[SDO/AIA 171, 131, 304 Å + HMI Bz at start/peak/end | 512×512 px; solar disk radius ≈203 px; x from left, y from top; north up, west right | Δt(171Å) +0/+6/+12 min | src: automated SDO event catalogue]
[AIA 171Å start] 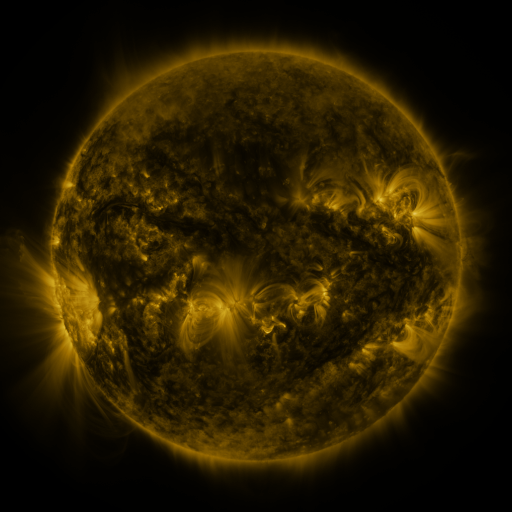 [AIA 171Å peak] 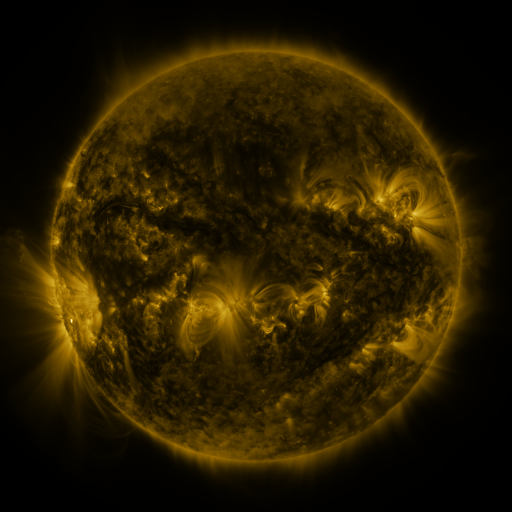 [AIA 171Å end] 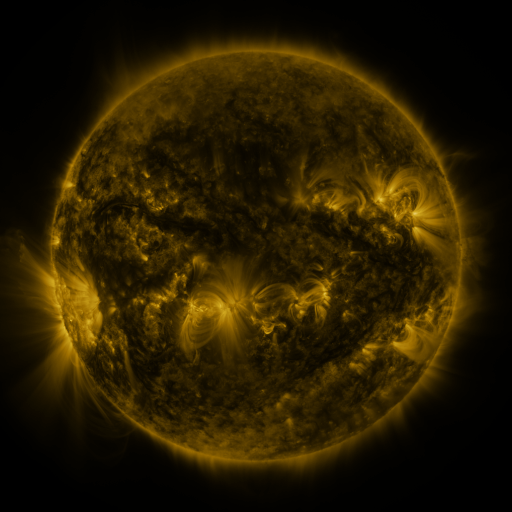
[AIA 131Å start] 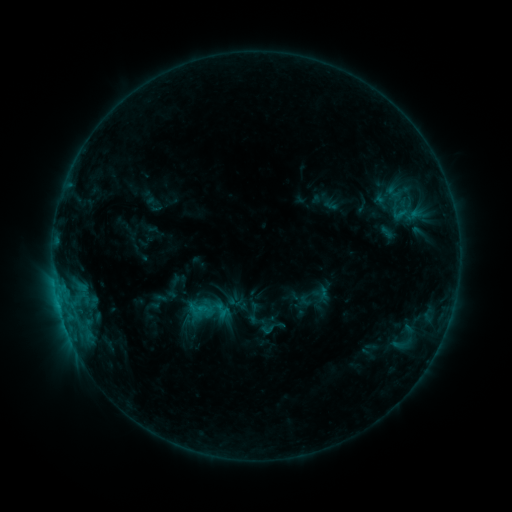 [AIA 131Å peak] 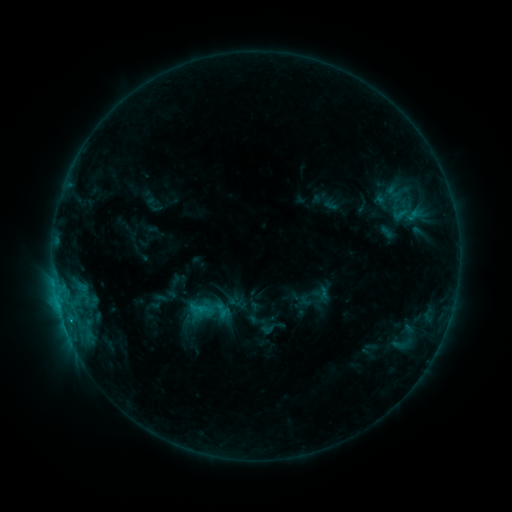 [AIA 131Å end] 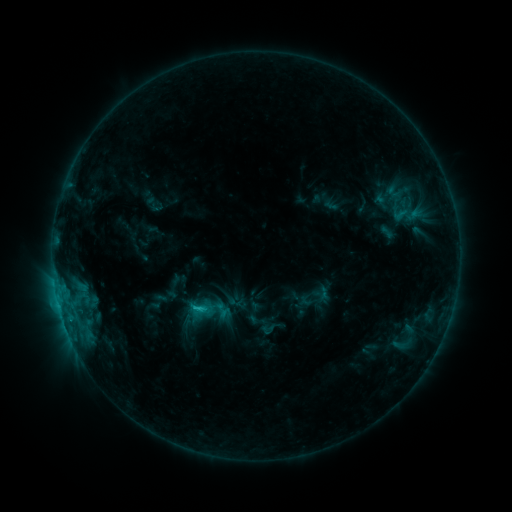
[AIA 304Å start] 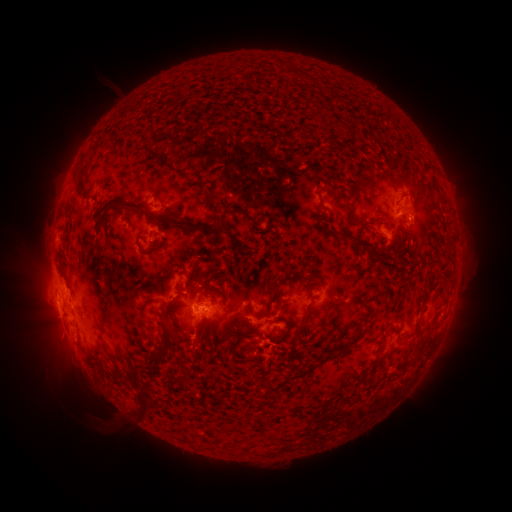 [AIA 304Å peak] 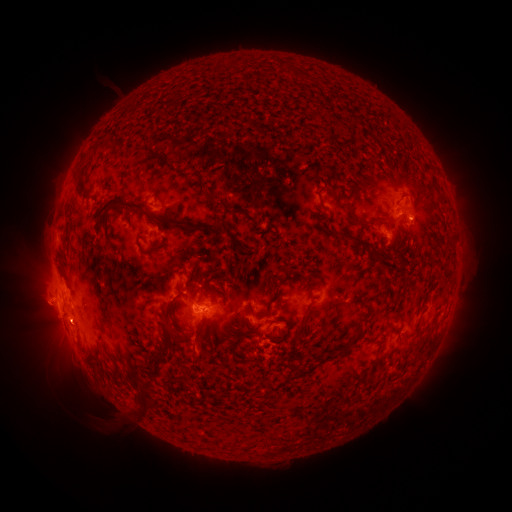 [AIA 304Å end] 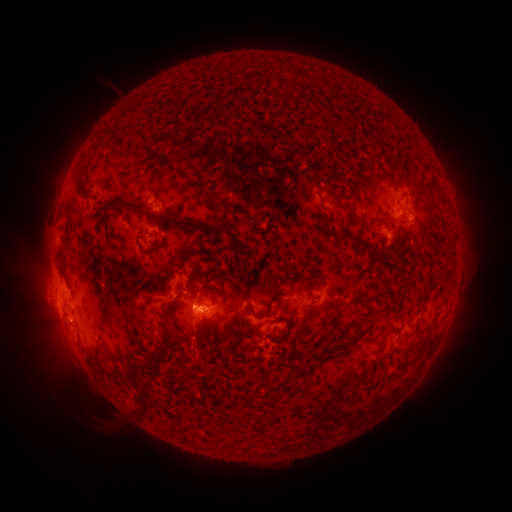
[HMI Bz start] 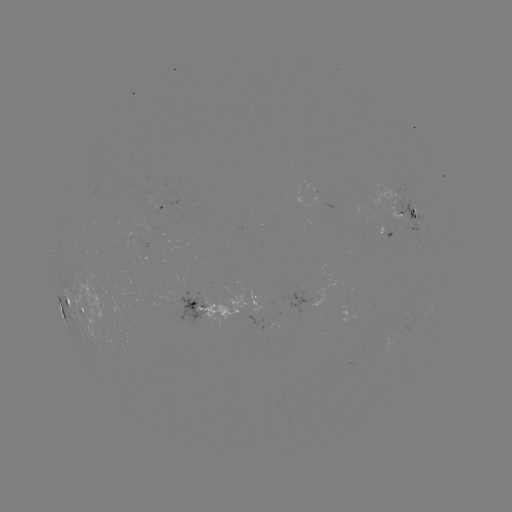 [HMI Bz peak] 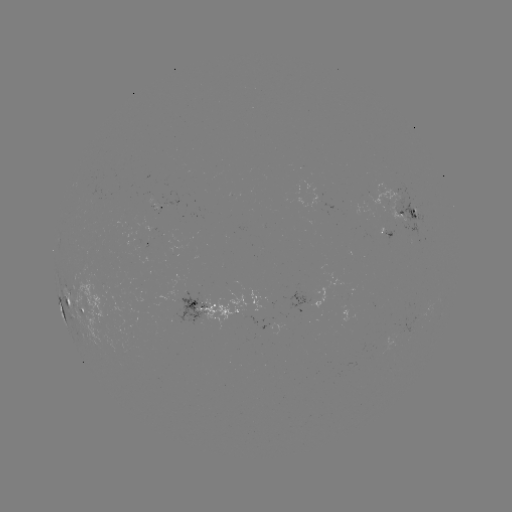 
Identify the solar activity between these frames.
eruption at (40, 305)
